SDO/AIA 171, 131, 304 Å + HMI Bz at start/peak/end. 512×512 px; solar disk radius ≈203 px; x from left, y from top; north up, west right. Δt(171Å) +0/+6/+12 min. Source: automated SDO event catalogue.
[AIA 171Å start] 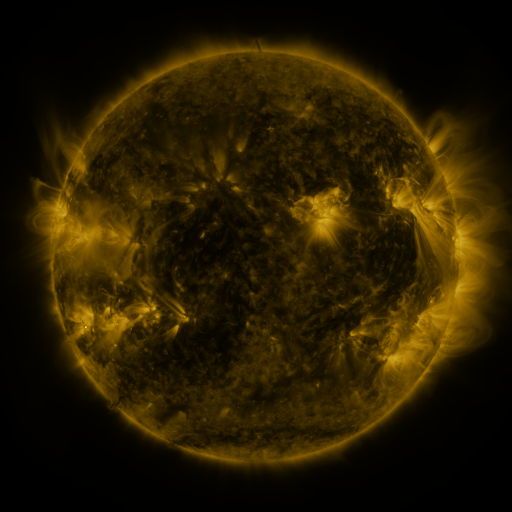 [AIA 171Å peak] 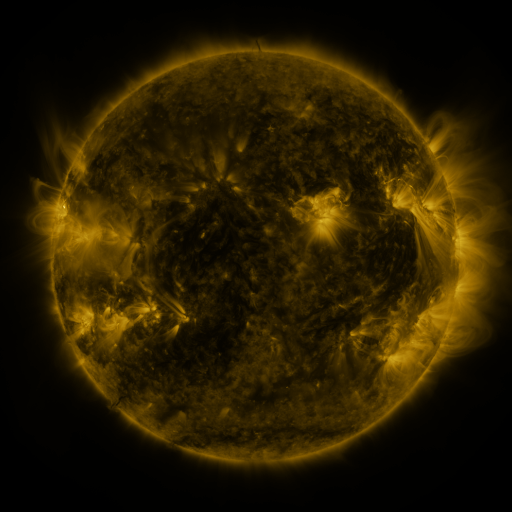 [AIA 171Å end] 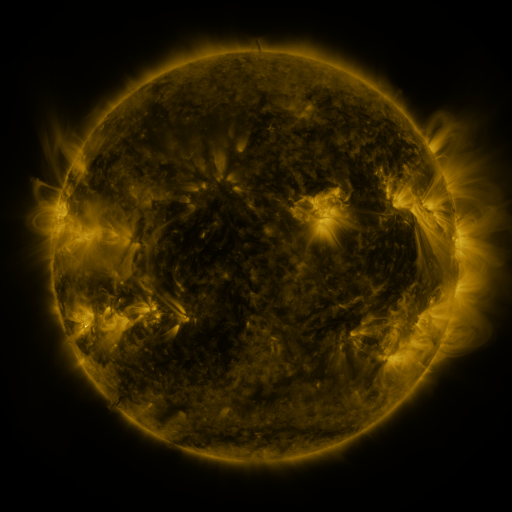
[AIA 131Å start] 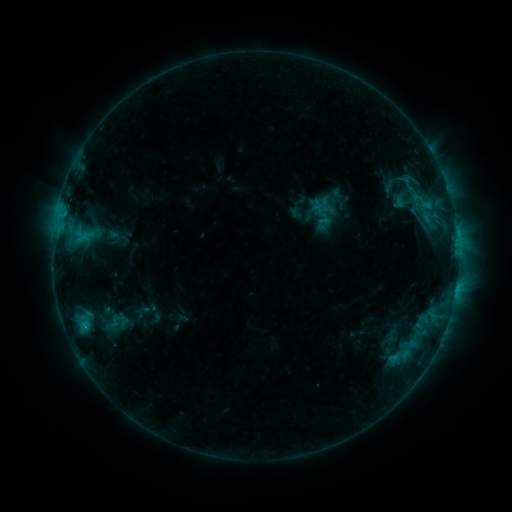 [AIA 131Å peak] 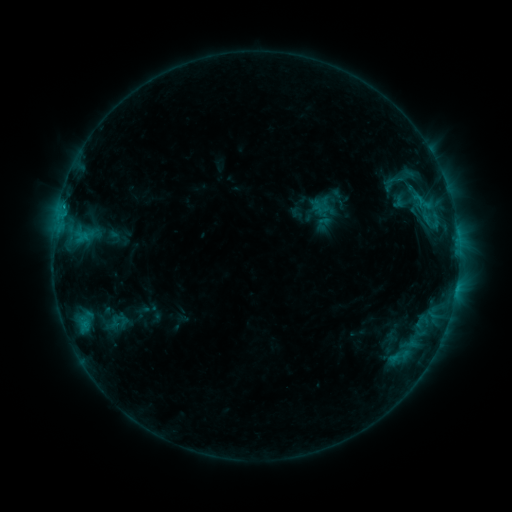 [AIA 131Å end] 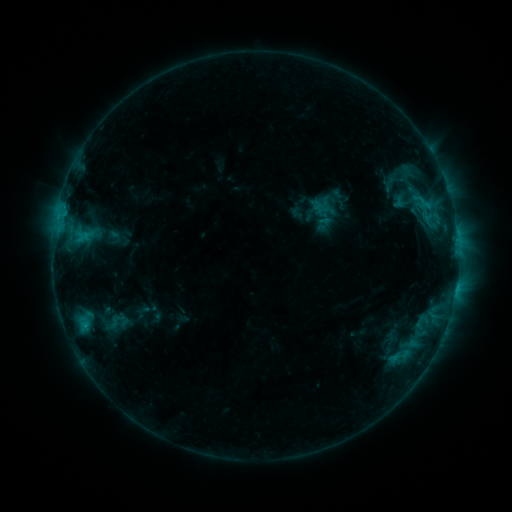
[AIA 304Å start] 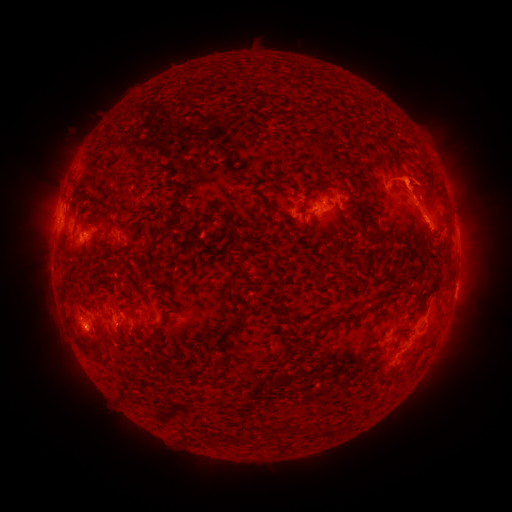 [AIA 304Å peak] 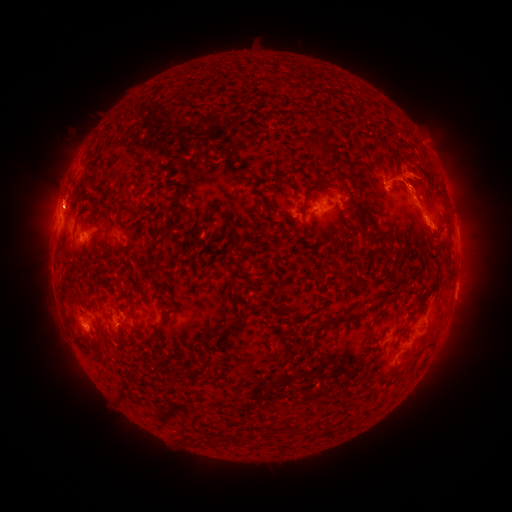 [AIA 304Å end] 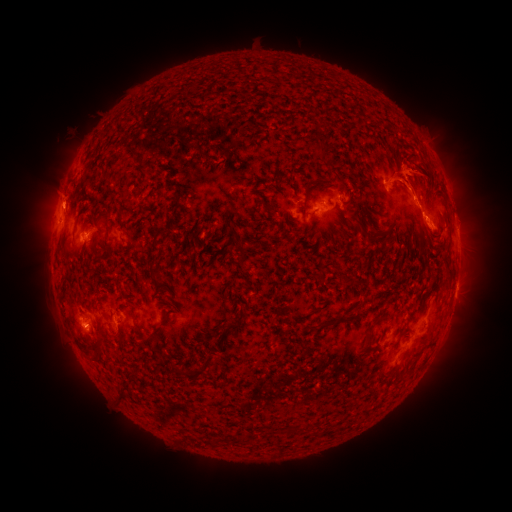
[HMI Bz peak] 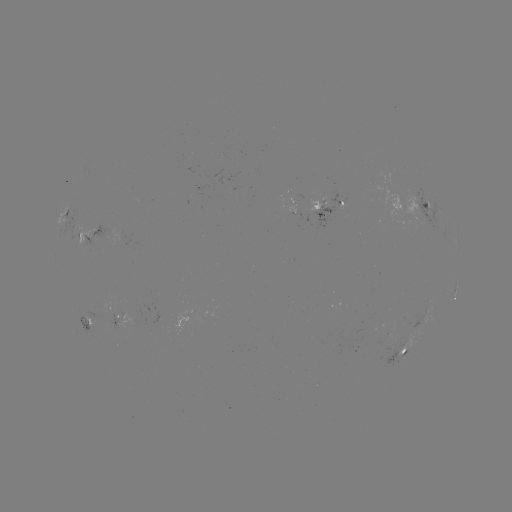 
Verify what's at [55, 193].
eruption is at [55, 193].